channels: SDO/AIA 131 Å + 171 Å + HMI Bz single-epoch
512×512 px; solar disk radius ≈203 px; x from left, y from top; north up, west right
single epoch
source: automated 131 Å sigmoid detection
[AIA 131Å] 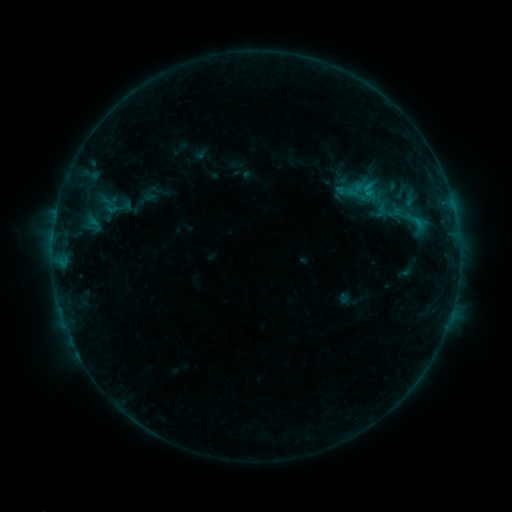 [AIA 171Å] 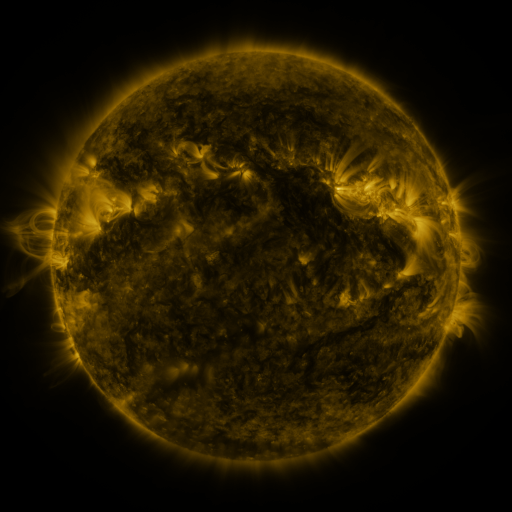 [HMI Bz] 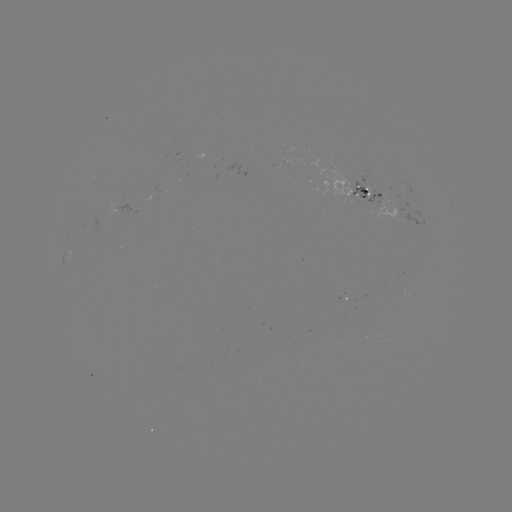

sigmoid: <bbox>344, 180, 366, 200</bbox>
